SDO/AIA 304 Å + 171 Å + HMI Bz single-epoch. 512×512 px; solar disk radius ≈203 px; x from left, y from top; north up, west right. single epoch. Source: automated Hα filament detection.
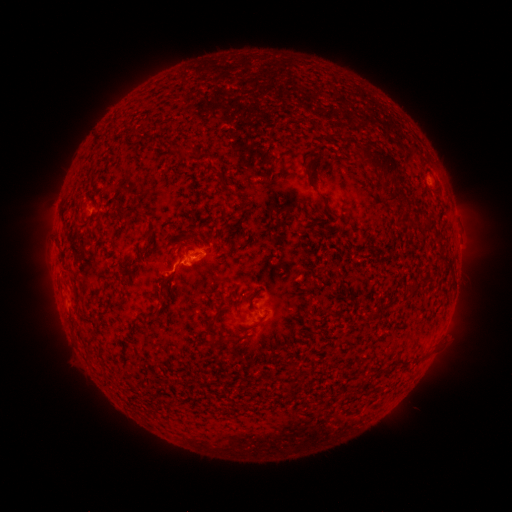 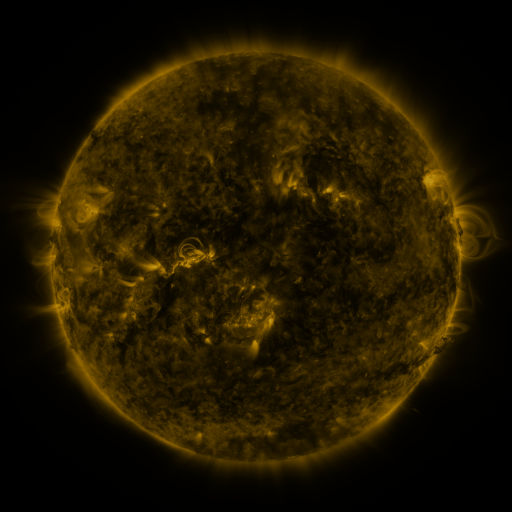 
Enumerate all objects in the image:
filament: (380, 162)
filament: (392, 200)
filament: (328, 212)
filament: (123, 215)
filament: (161, 287)
filament: (389, 305)
filament: (374, 317)
filament: (254, 325)
filament: (208, 327)
filament: (233, 341)
